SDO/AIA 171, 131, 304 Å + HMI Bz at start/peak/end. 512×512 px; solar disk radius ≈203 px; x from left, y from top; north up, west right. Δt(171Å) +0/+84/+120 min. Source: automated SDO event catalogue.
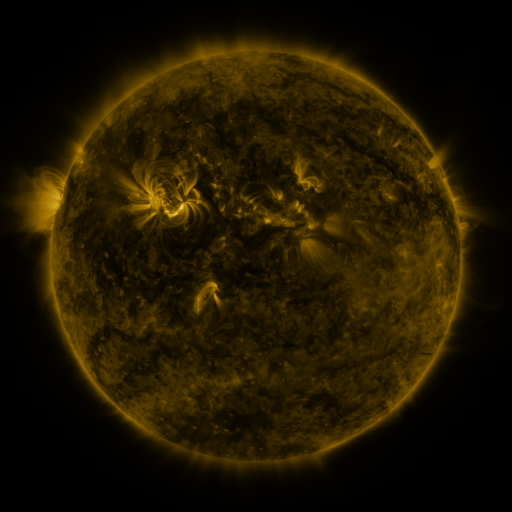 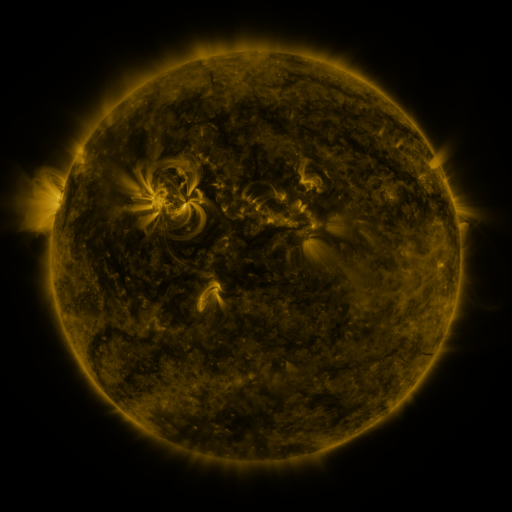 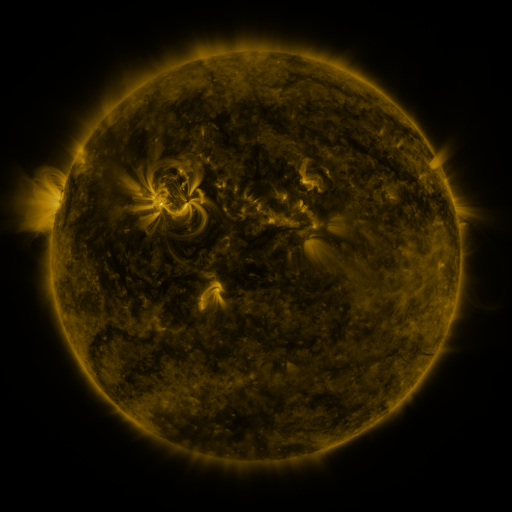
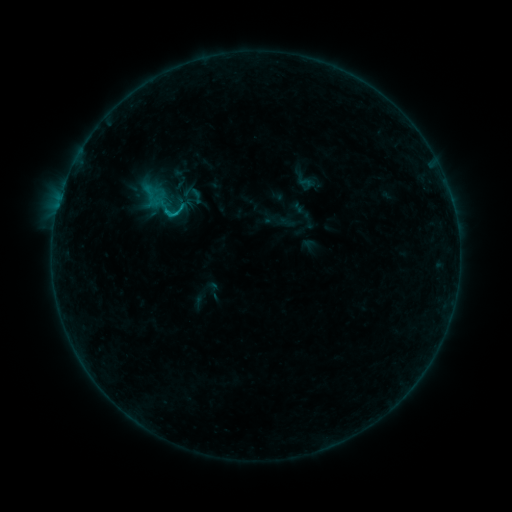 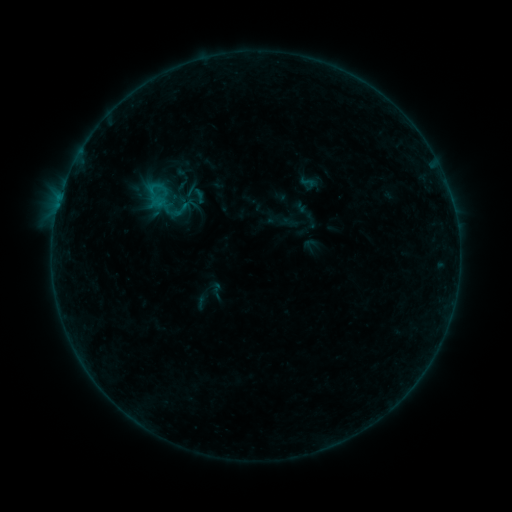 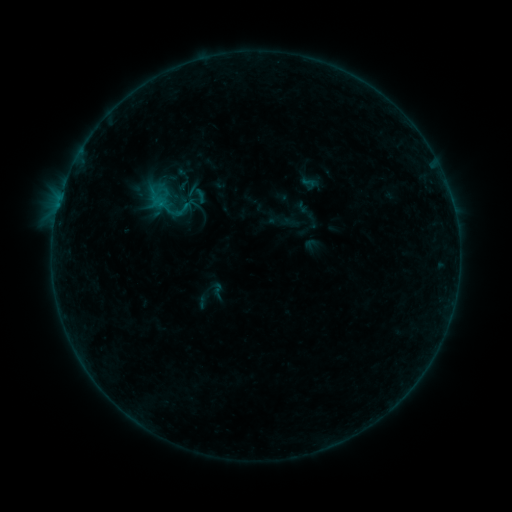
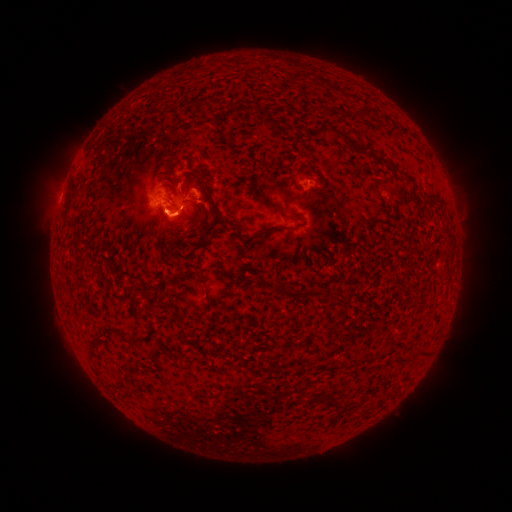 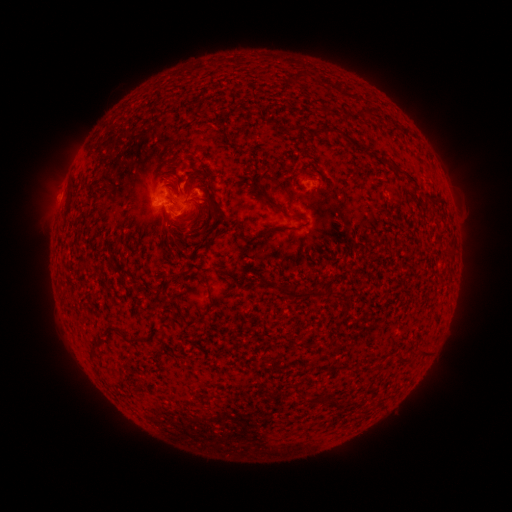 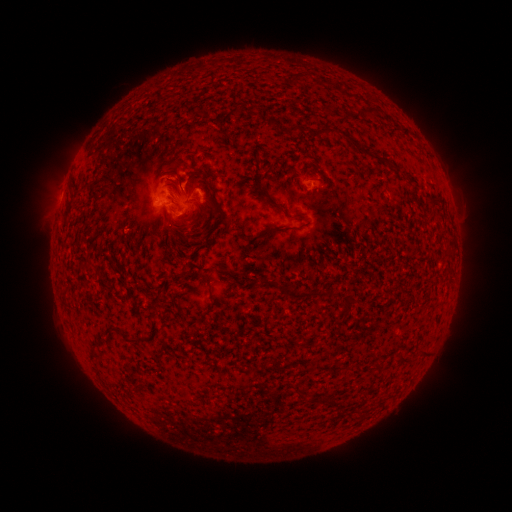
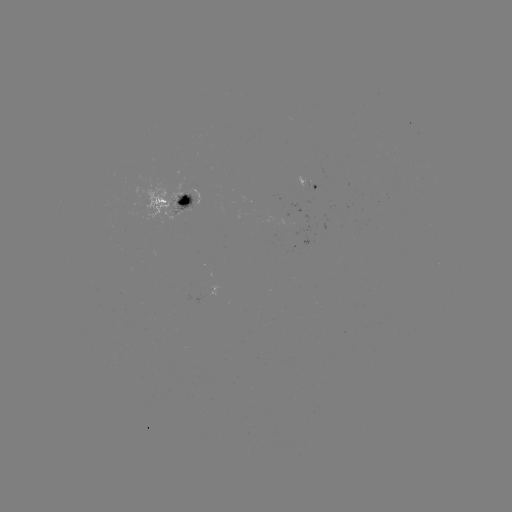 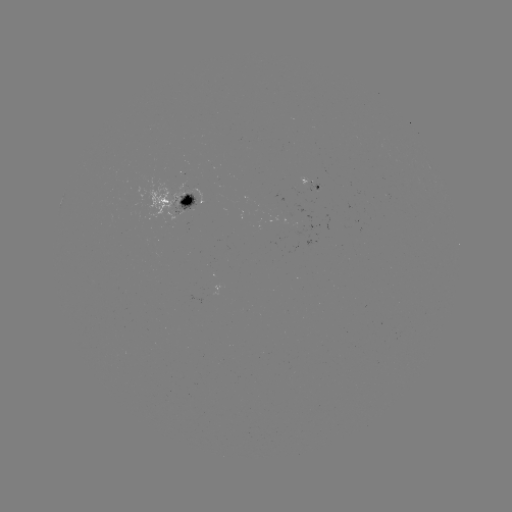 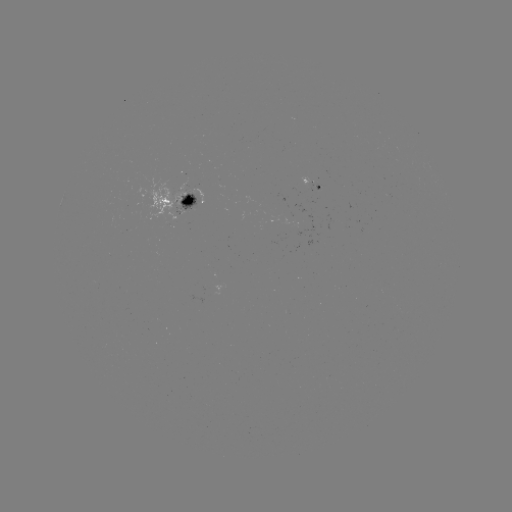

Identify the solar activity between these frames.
emerging-flux region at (282, 231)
